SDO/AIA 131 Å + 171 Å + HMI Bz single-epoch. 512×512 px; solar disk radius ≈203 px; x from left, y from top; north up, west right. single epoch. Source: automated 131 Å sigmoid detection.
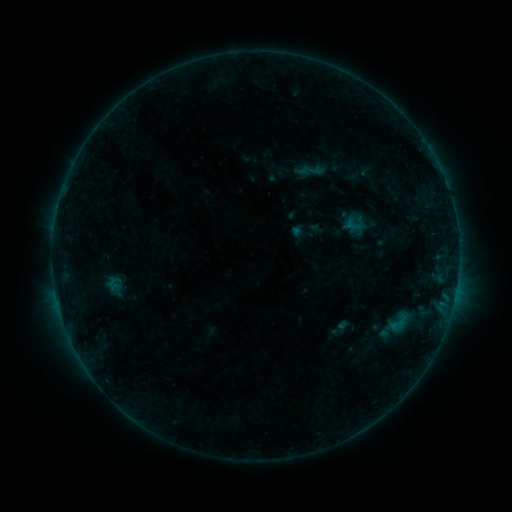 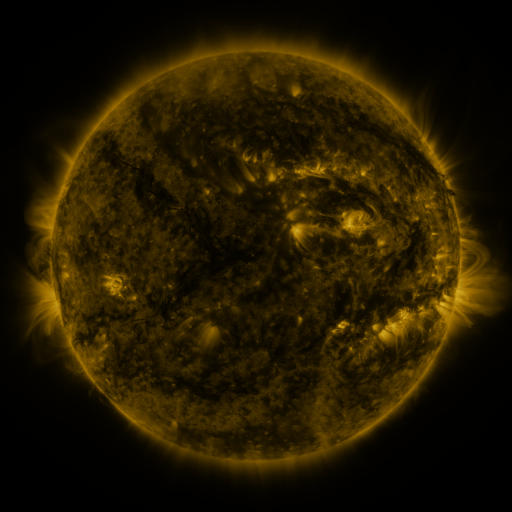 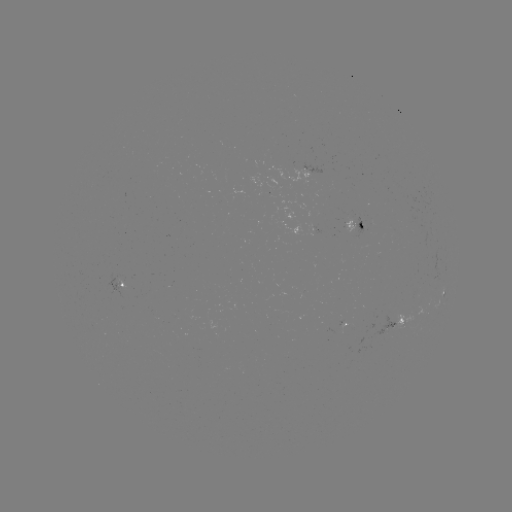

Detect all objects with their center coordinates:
sigmoid: (399, 322)
